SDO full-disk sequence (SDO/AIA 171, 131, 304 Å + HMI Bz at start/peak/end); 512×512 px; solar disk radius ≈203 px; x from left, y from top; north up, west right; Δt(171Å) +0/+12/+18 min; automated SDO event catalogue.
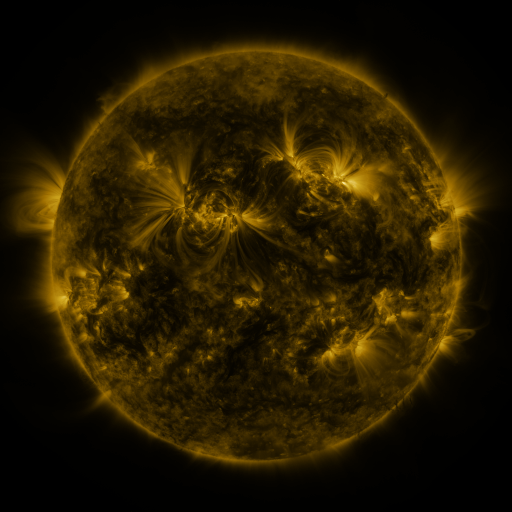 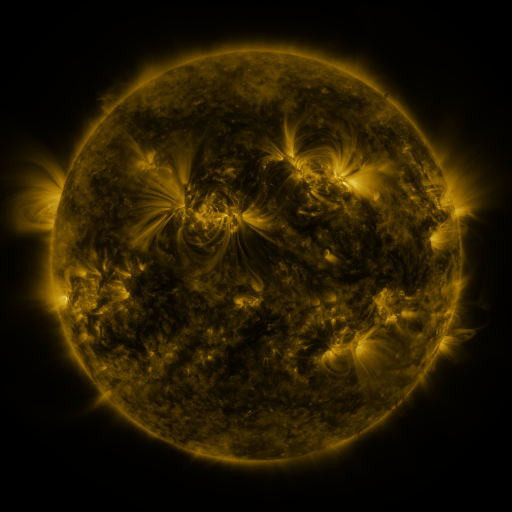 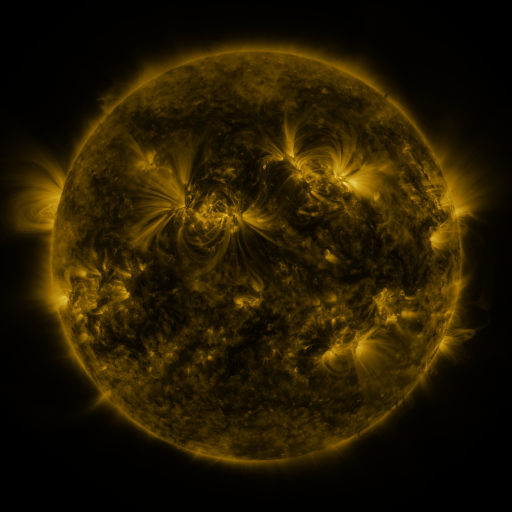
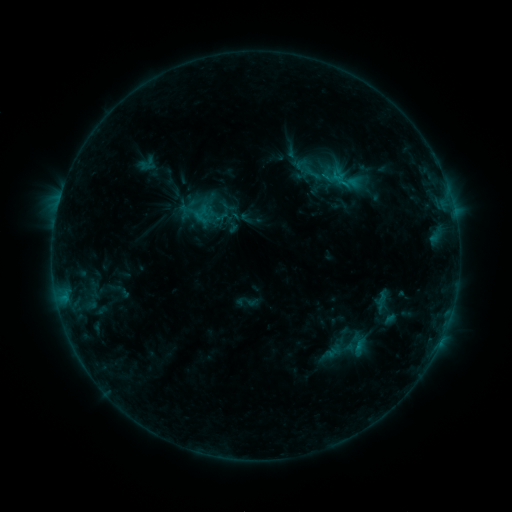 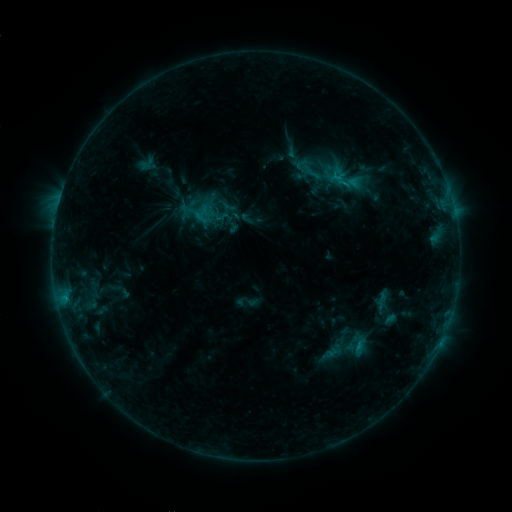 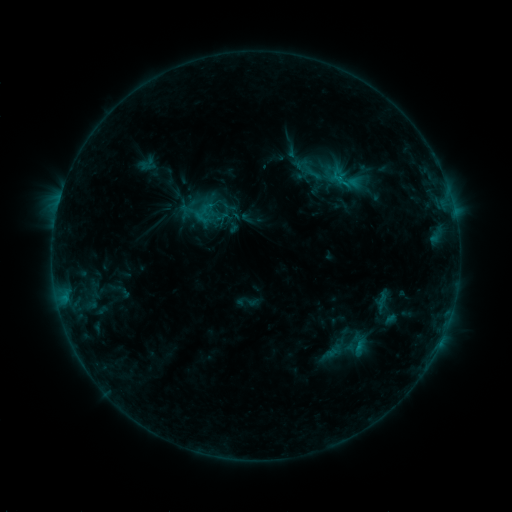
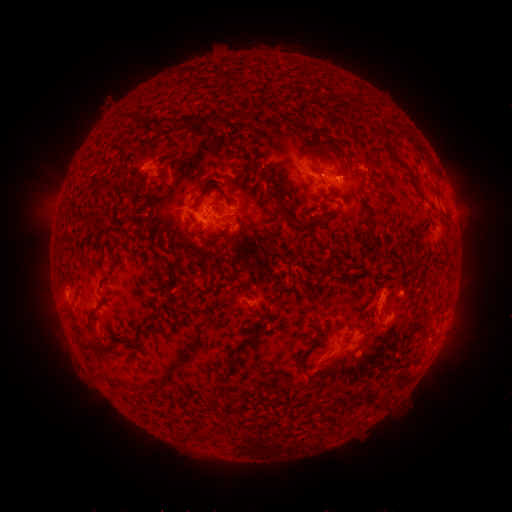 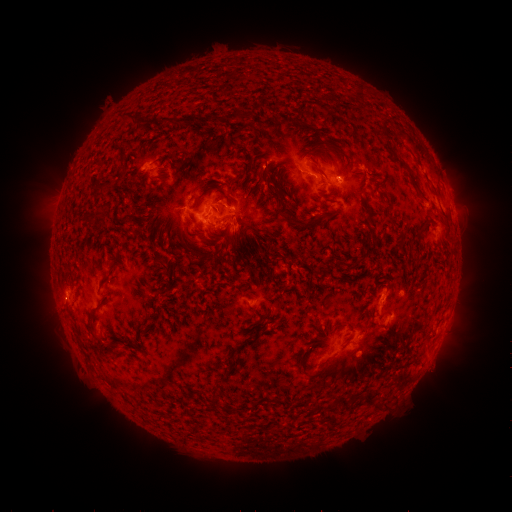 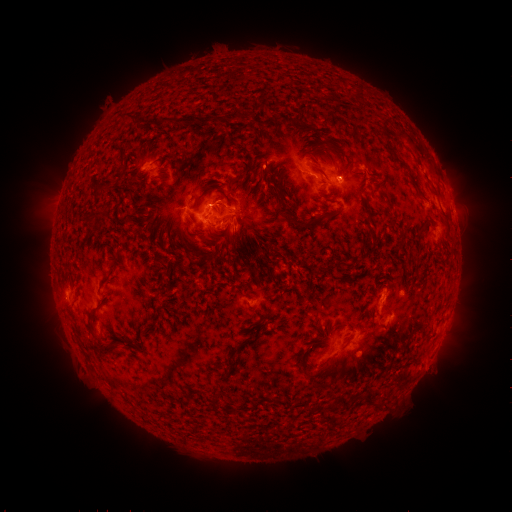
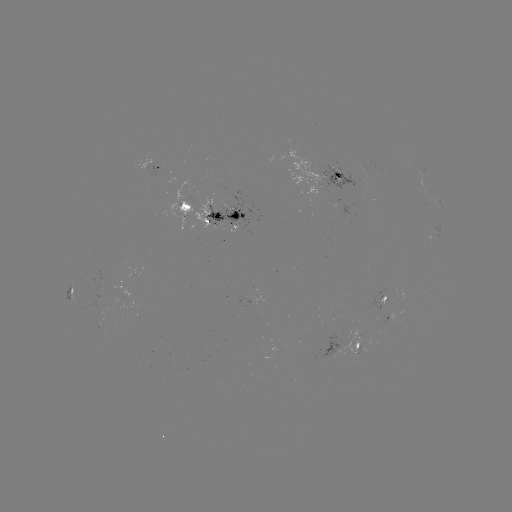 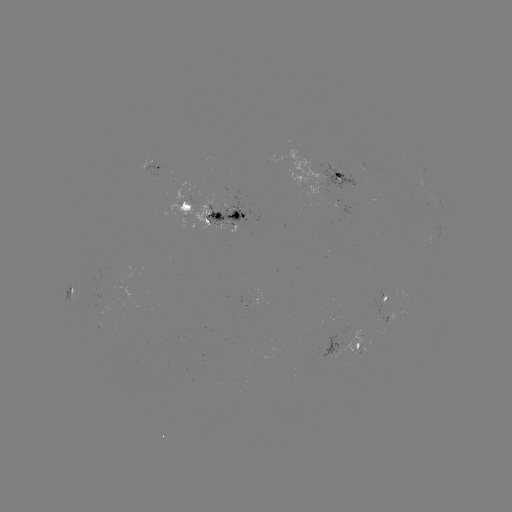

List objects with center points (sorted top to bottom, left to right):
eruption: (434, 358)
